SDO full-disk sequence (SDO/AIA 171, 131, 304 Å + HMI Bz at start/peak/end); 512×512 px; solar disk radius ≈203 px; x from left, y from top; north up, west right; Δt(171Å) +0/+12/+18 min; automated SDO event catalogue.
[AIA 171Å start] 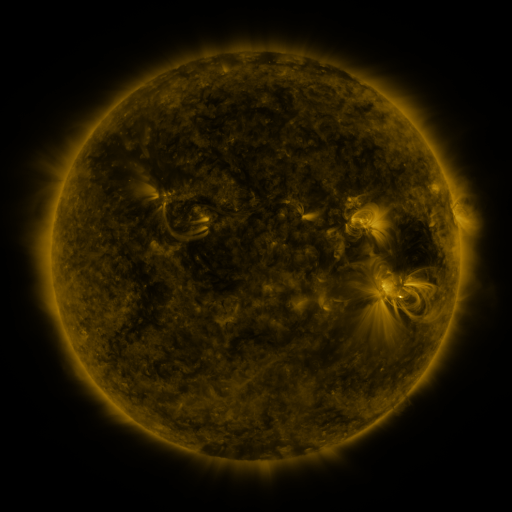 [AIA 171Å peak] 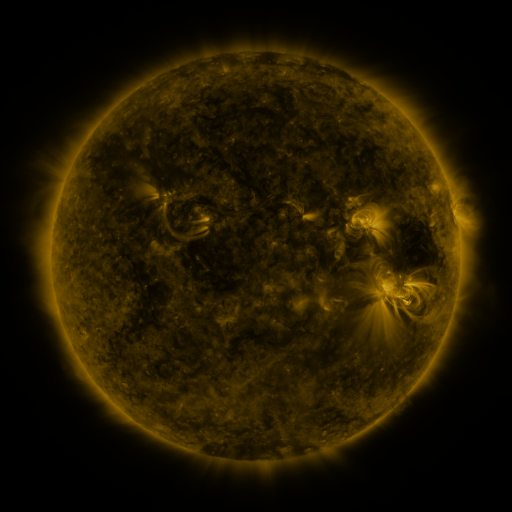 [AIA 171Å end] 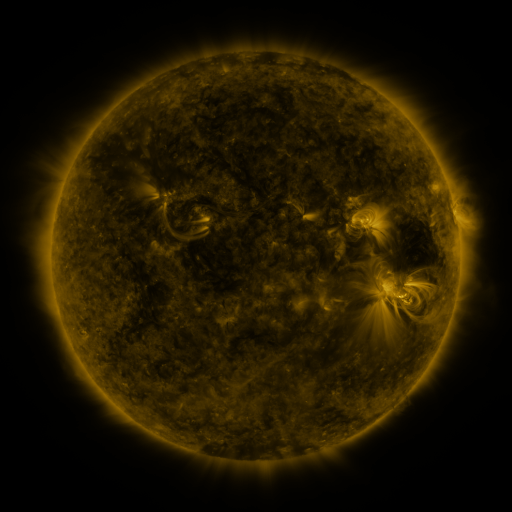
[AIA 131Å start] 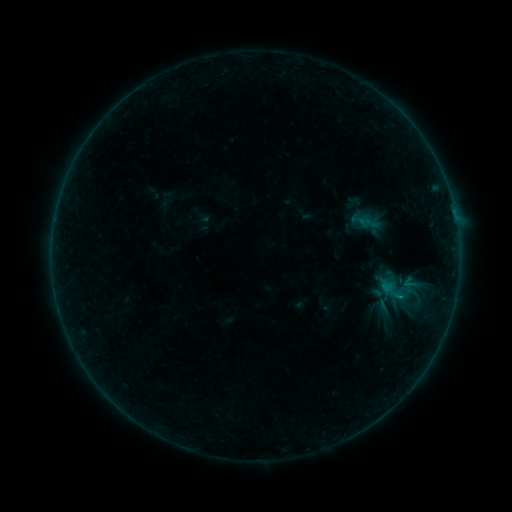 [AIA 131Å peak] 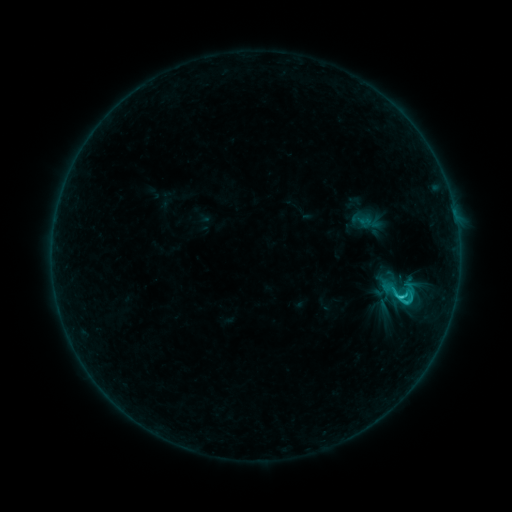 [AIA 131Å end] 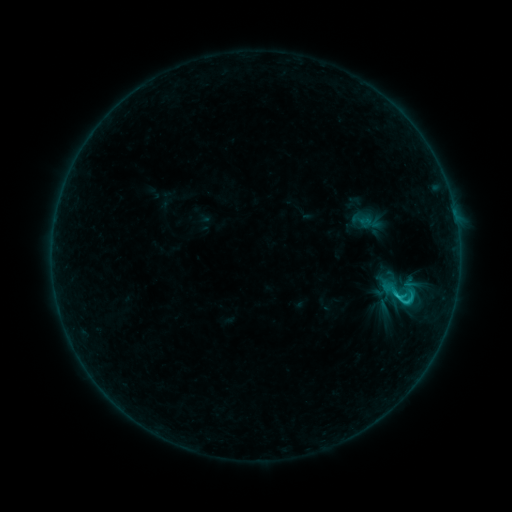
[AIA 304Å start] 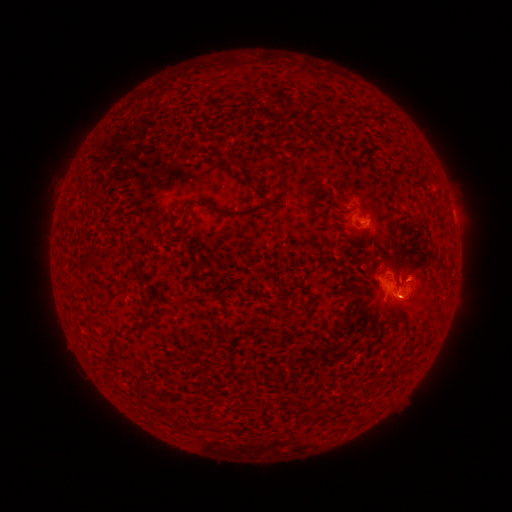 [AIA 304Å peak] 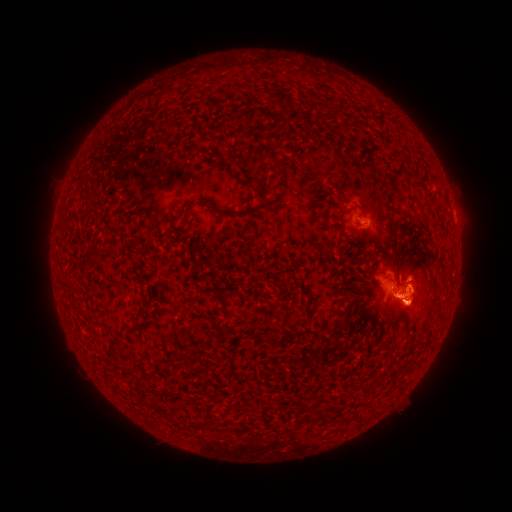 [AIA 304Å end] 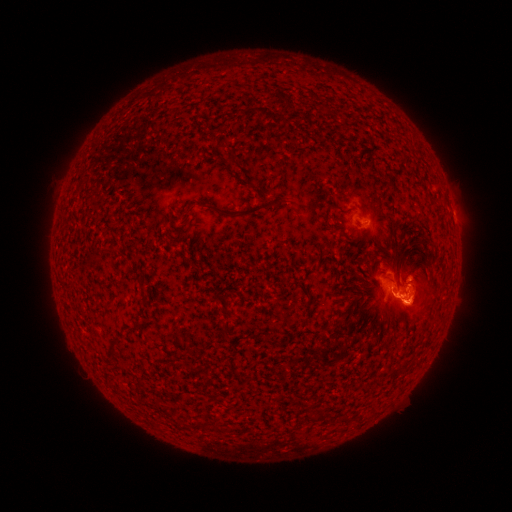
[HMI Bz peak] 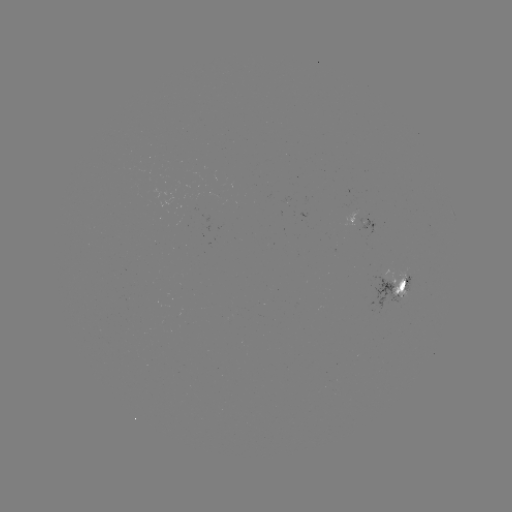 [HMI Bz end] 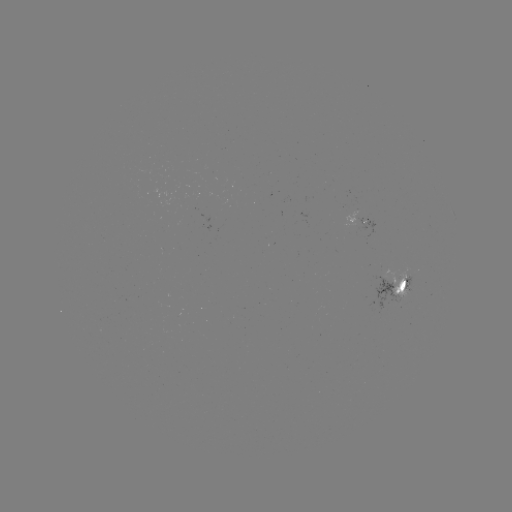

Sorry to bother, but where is C1.7 flare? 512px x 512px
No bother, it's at [401, 294].